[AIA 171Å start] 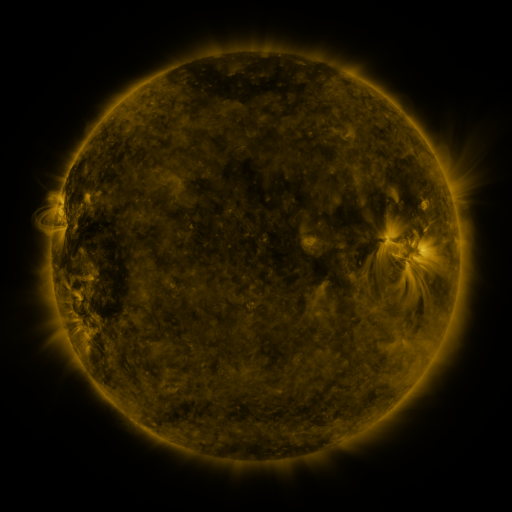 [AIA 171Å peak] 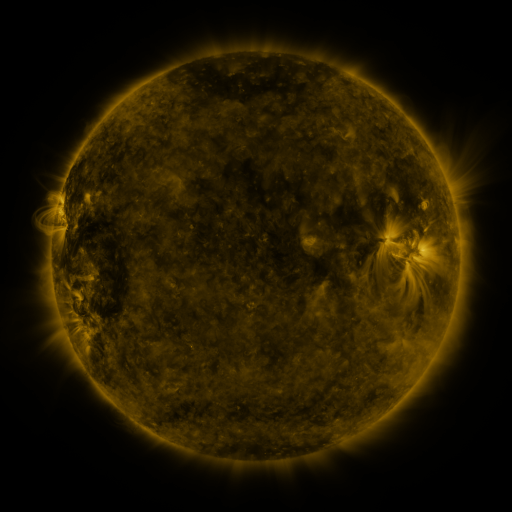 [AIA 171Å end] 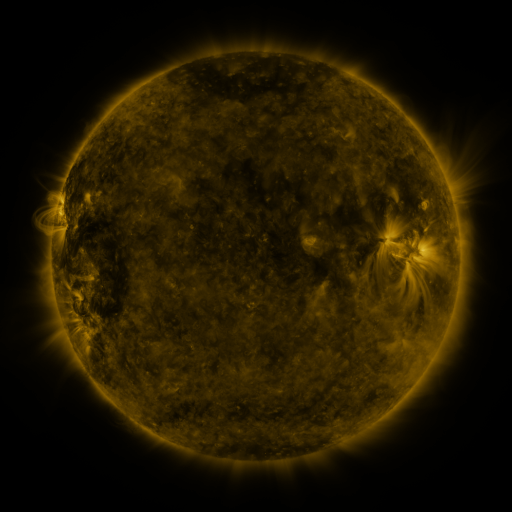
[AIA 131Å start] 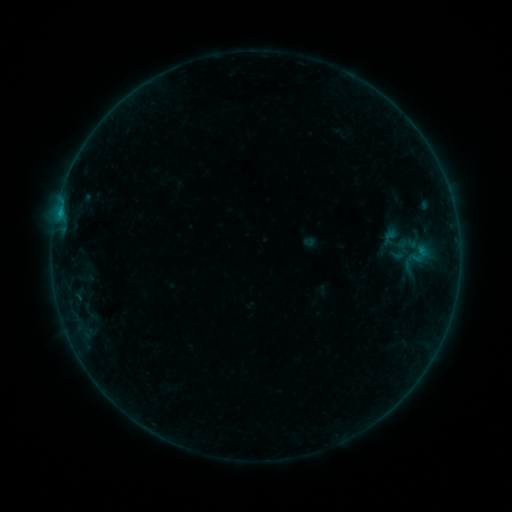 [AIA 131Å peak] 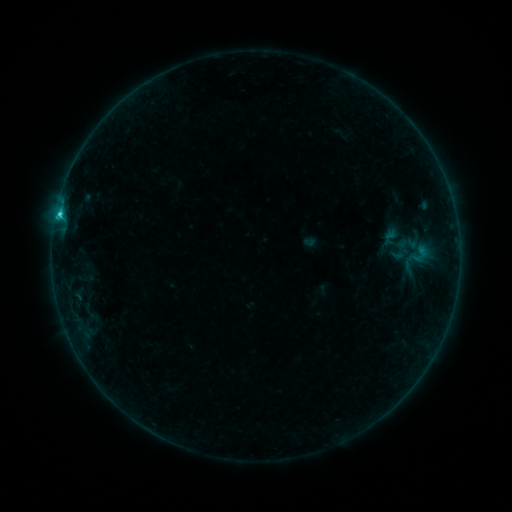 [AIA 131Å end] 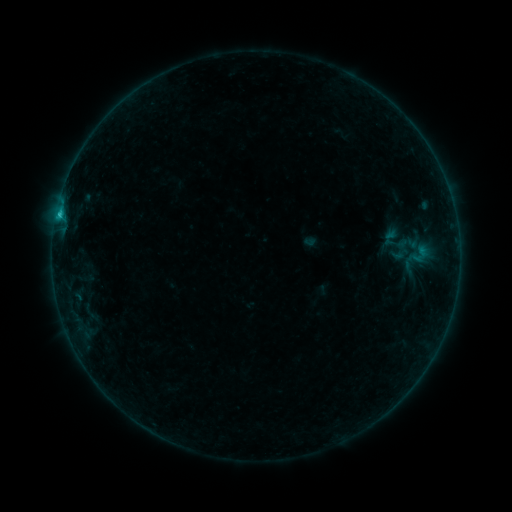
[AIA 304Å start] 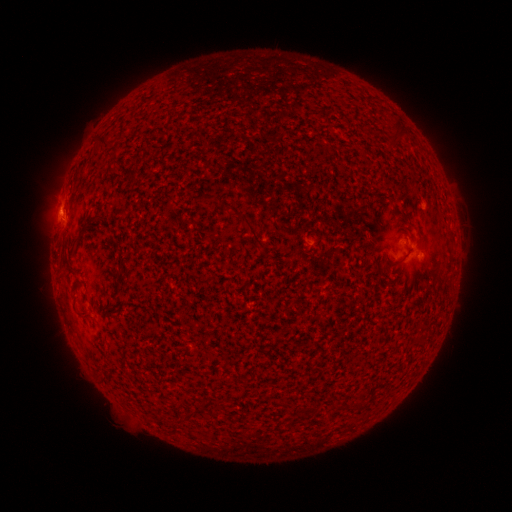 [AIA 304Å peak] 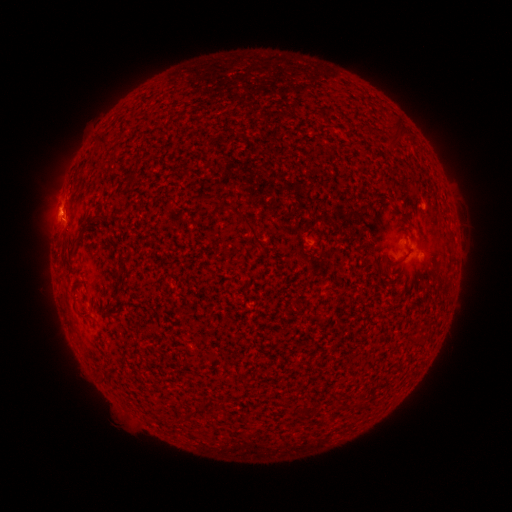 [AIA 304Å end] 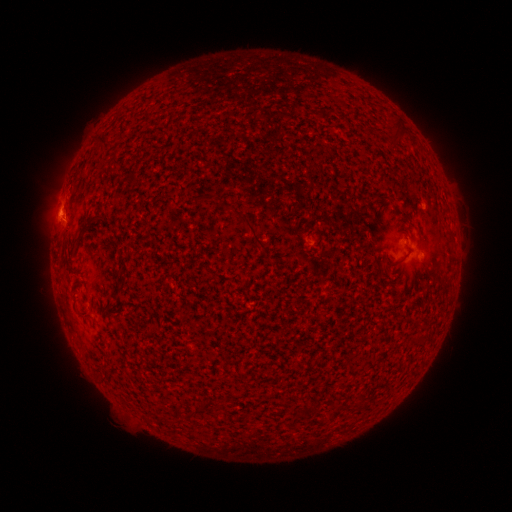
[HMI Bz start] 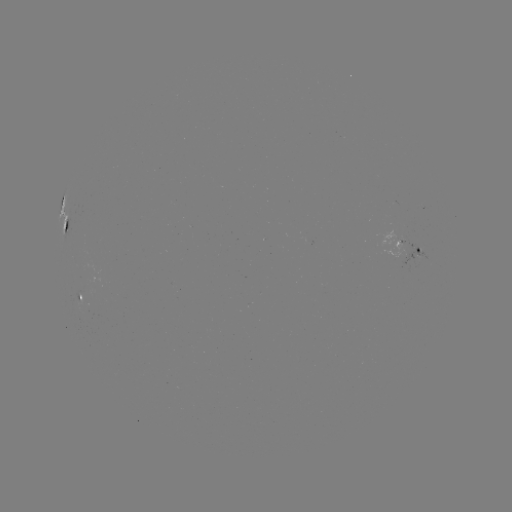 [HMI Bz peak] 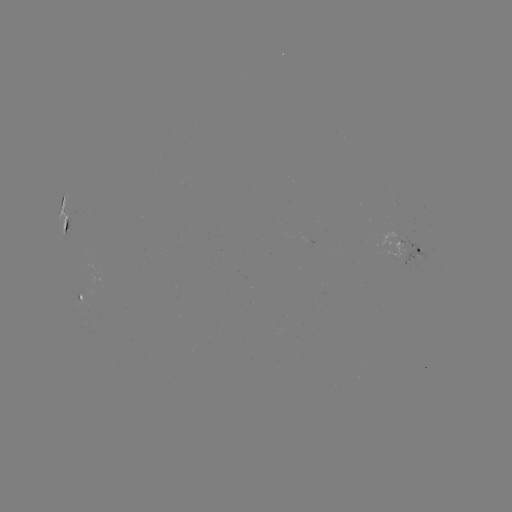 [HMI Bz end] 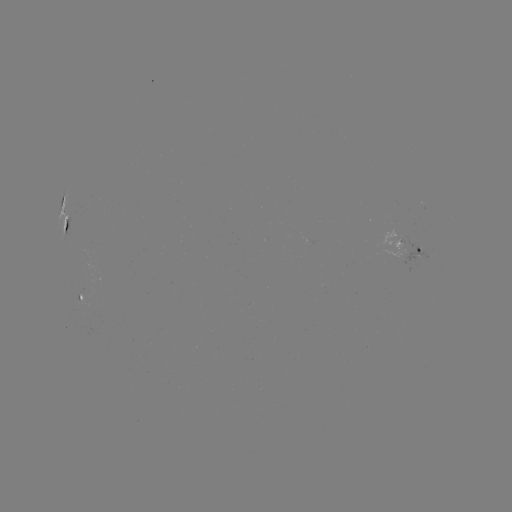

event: flare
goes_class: C1.1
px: (59, 217)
